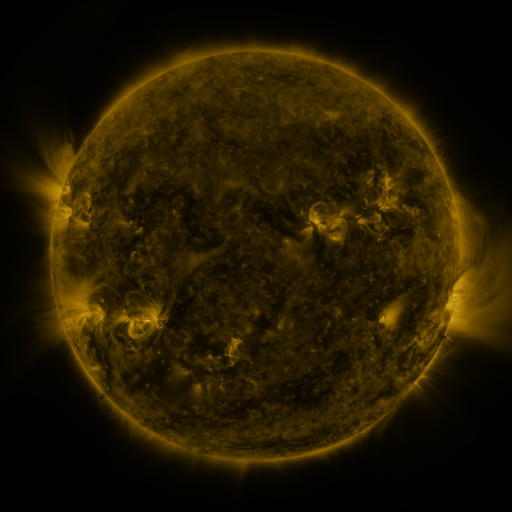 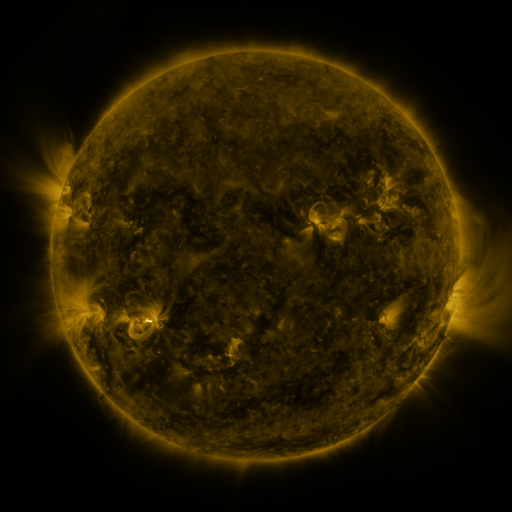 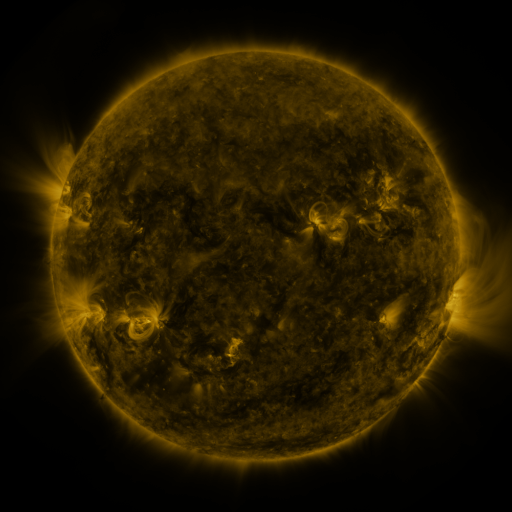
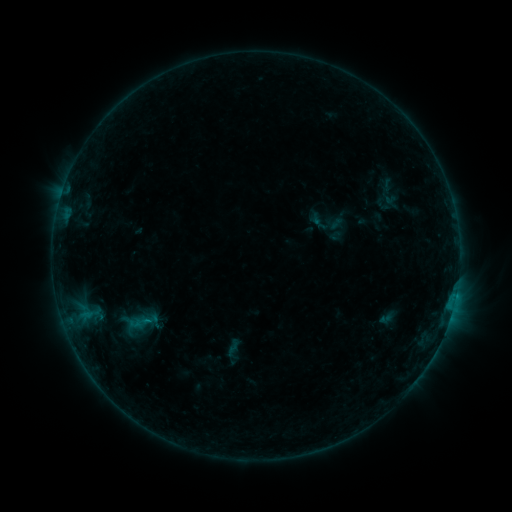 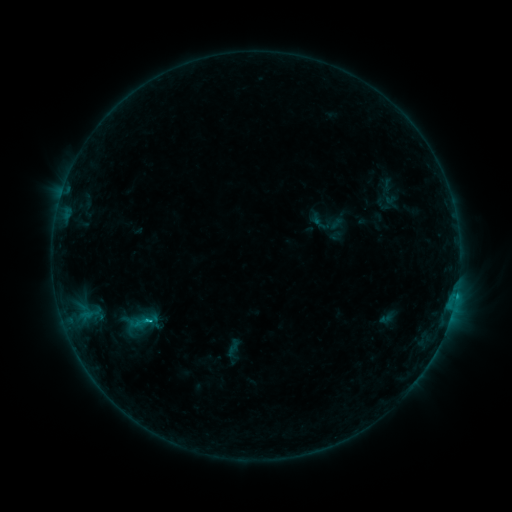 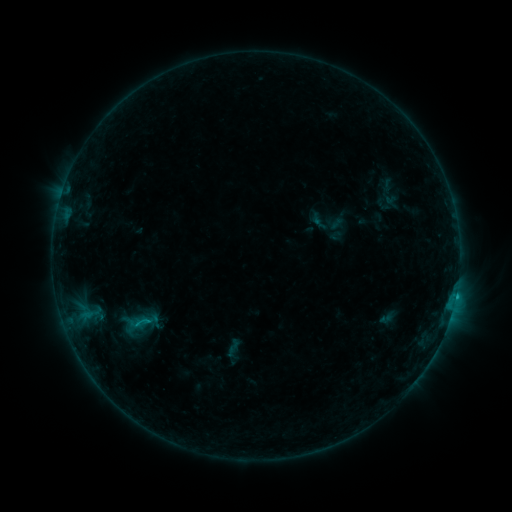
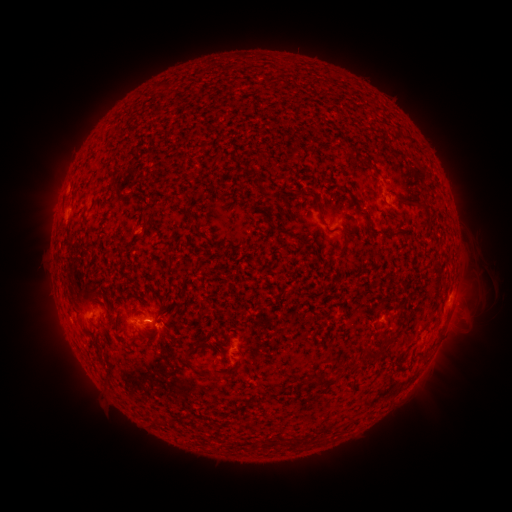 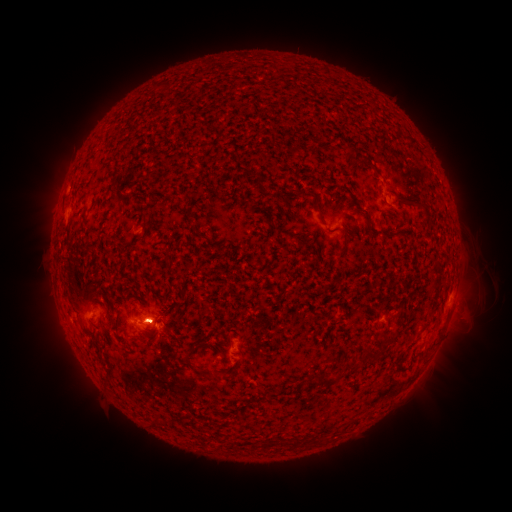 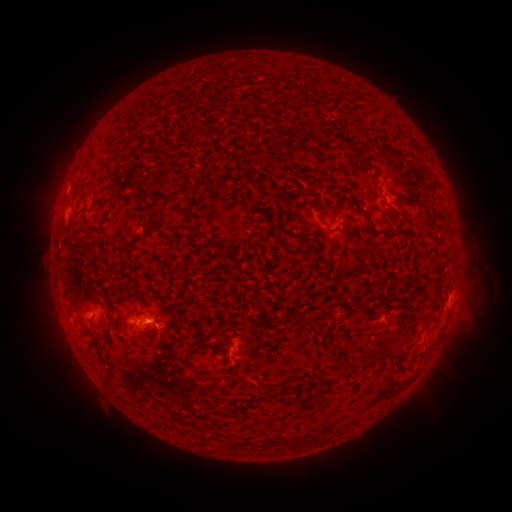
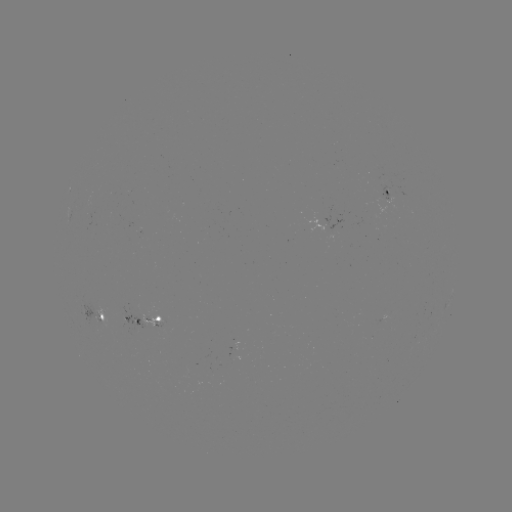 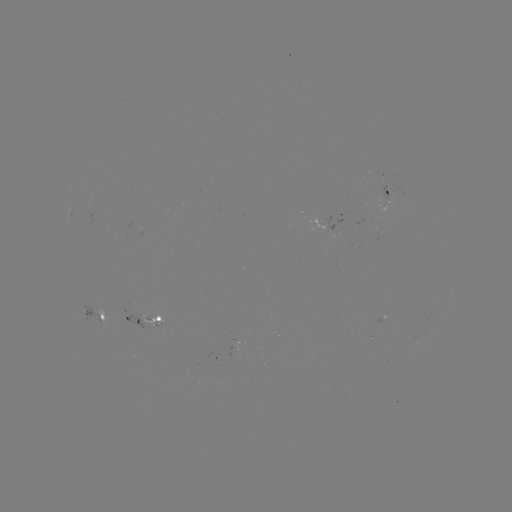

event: flare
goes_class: C1.8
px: (153, 319)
